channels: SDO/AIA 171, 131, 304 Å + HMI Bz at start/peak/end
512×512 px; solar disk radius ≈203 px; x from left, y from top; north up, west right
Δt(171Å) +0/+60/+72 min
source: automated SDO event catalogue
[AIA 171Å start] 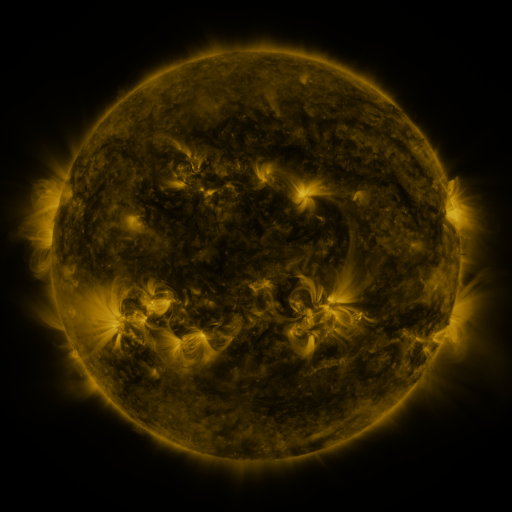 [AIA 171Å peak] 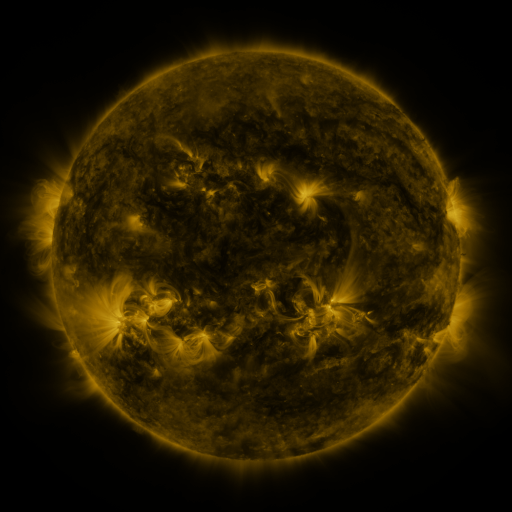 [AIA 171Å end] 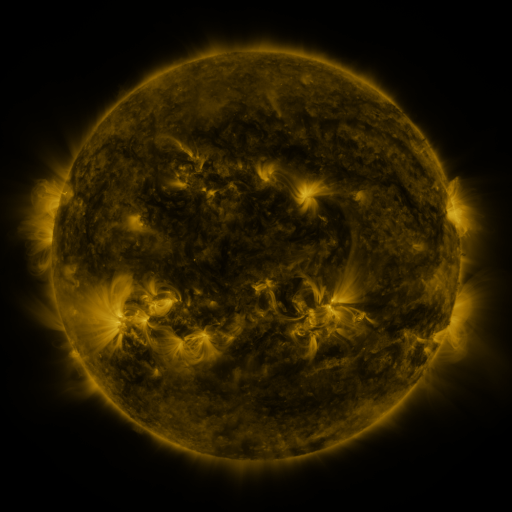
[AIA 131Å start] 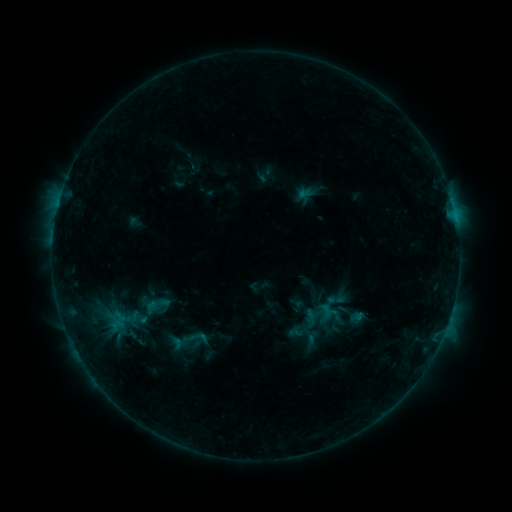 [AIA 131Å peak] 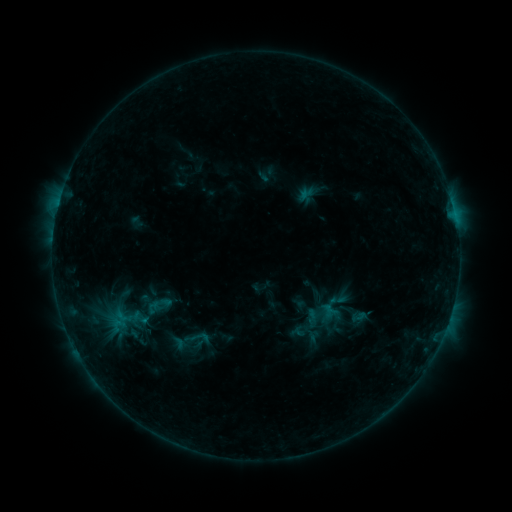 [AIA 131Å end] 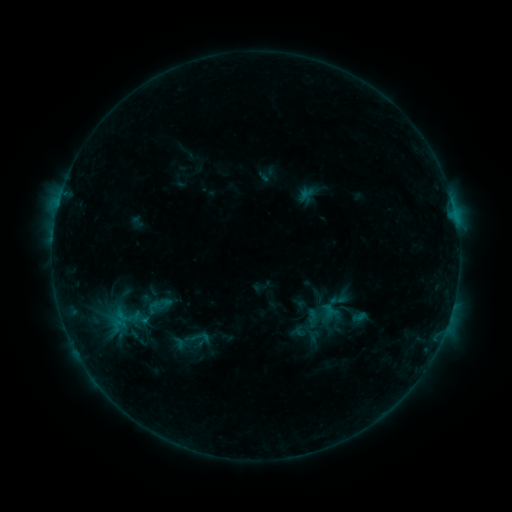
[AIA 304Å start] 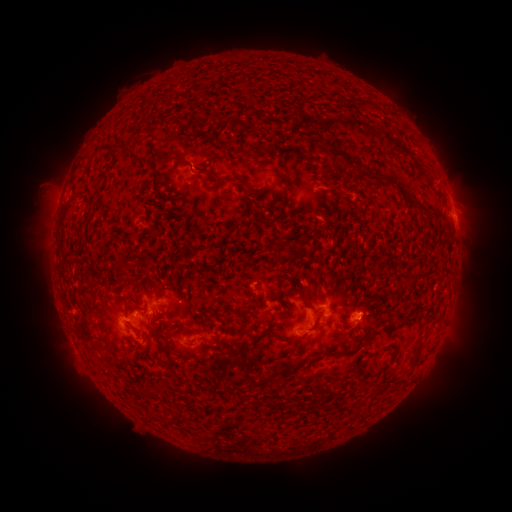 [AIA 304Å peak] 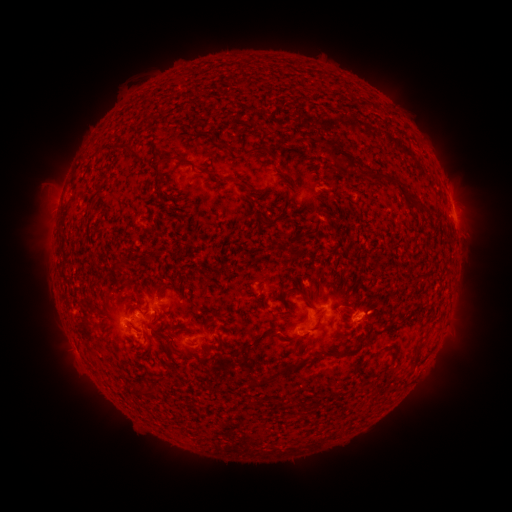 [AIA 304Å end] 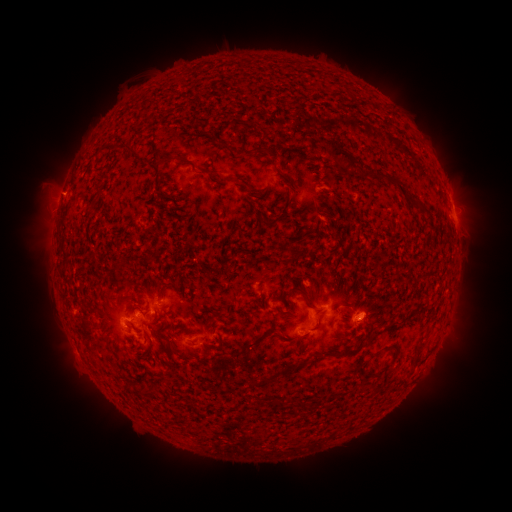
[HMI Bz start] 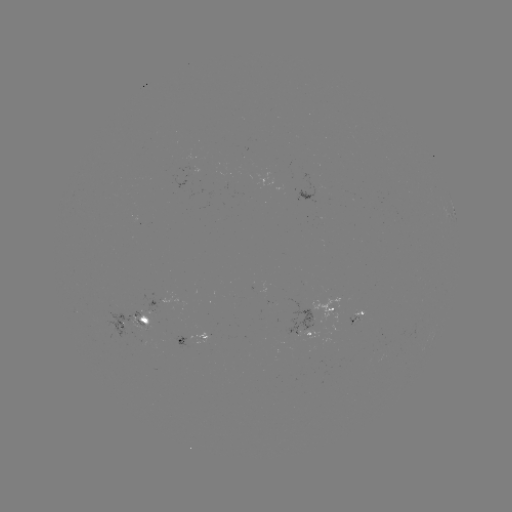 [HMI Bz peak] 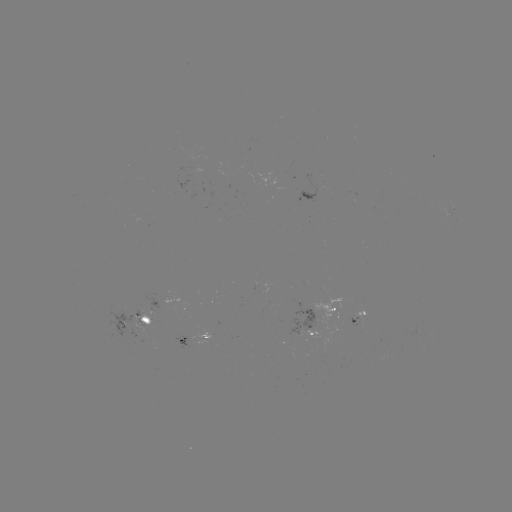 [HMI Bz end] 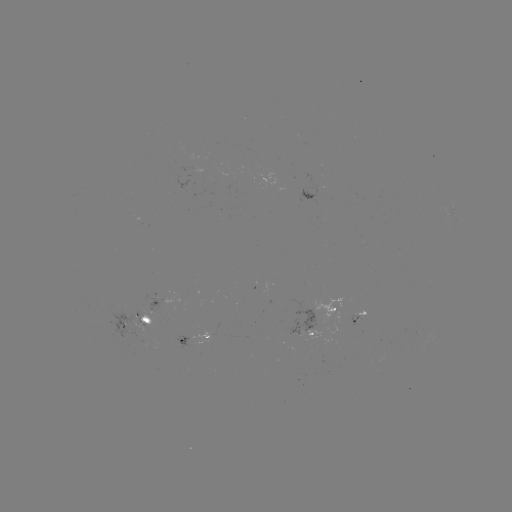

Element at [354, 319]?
emerging-flux region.